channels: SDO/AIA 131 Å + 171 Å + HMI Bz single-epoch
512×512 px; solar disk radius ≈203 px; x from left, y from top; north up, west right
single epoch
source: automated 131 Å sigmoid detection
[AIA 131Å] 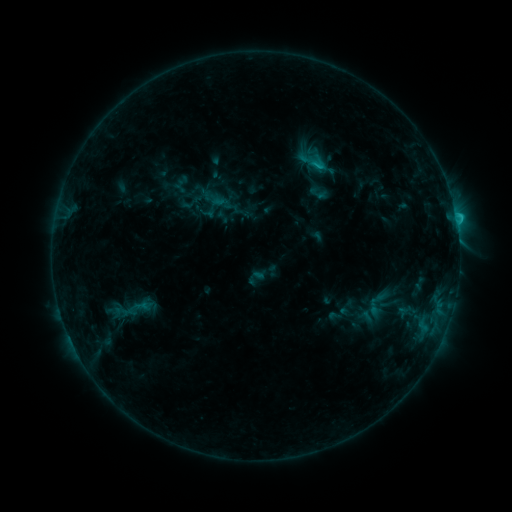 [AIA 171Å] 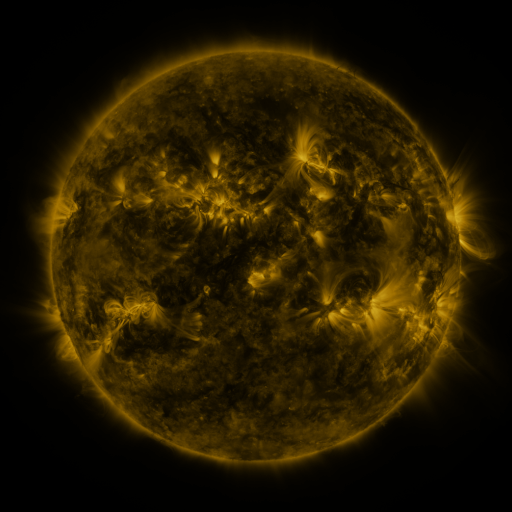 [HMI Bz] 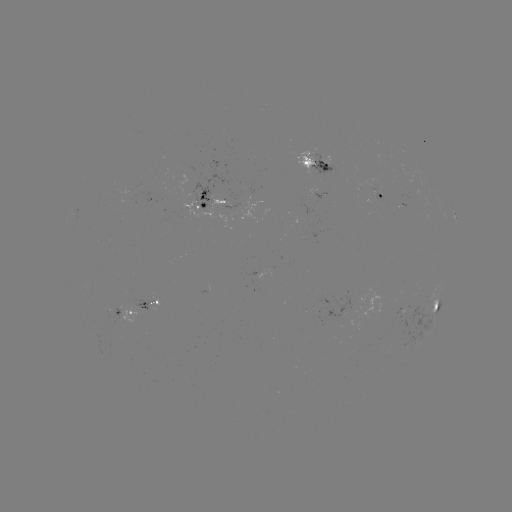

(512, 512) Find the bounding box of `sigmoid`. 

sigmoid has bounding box [122, 294, 155, 319].